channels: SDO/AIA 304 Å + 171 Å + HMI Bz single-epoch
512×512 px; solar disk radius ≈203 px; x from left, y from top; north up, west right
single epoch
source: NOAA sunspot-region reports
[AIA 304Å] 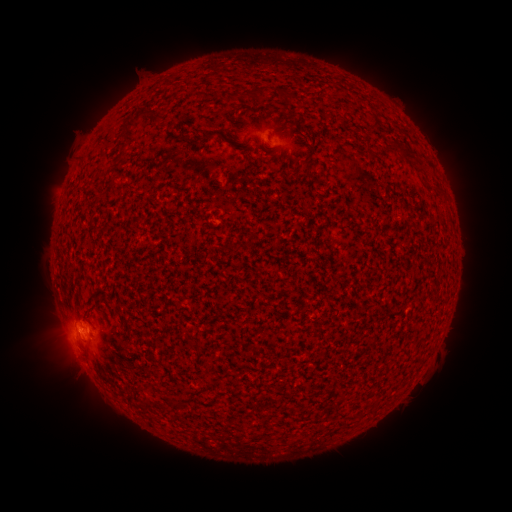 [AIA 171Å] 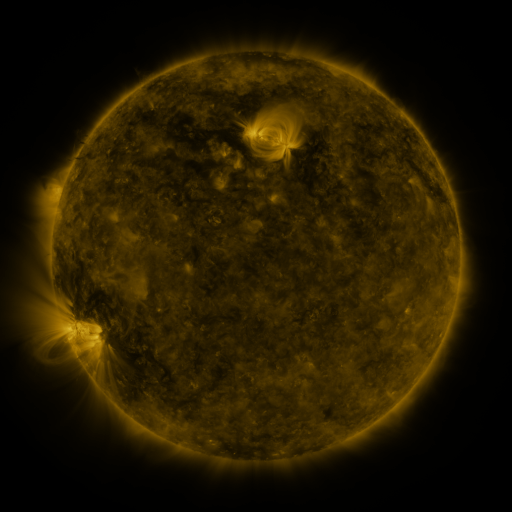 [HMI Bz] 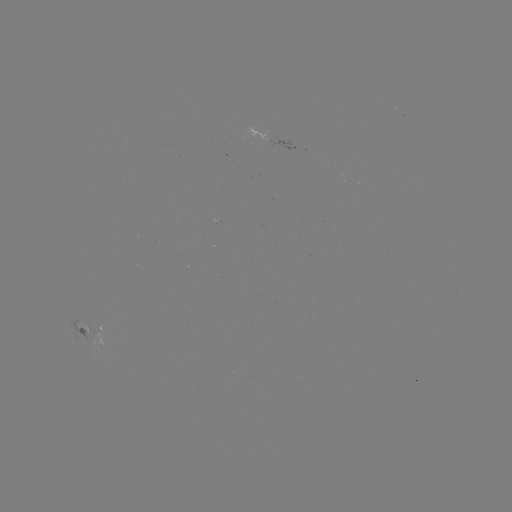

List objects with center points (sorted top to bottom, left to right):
spotted active region: (281, 141)
spotted active region: (91, 325)
